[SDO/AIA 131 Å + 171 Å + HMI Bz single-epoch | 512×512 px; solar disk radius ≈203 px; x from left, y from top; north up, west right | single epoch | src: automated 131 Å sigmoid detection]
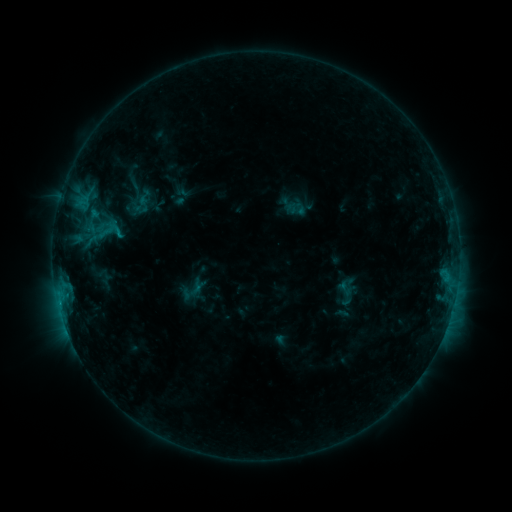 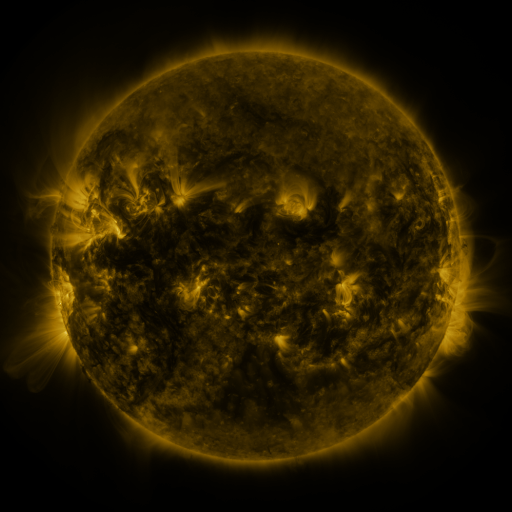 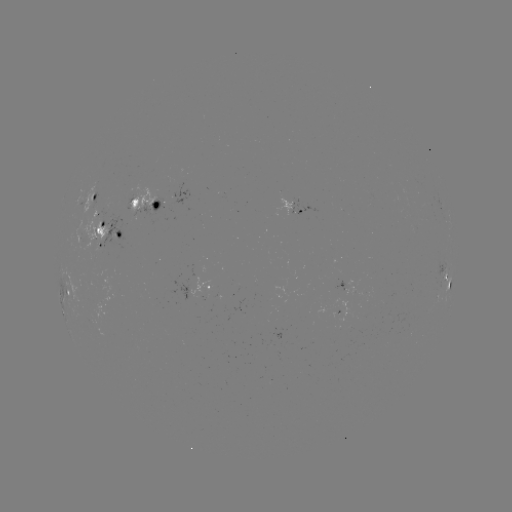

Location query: sigmoid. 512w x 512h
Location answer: [144, 197].